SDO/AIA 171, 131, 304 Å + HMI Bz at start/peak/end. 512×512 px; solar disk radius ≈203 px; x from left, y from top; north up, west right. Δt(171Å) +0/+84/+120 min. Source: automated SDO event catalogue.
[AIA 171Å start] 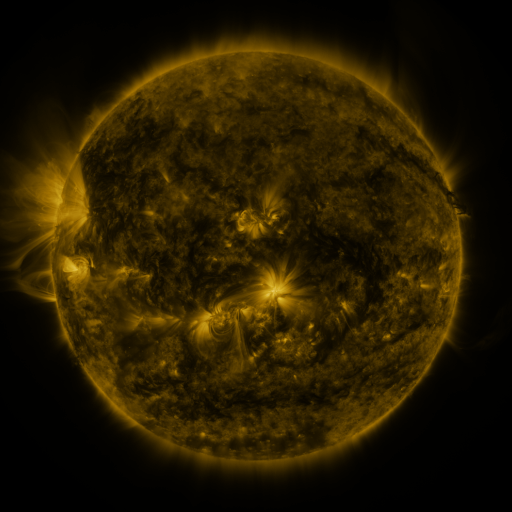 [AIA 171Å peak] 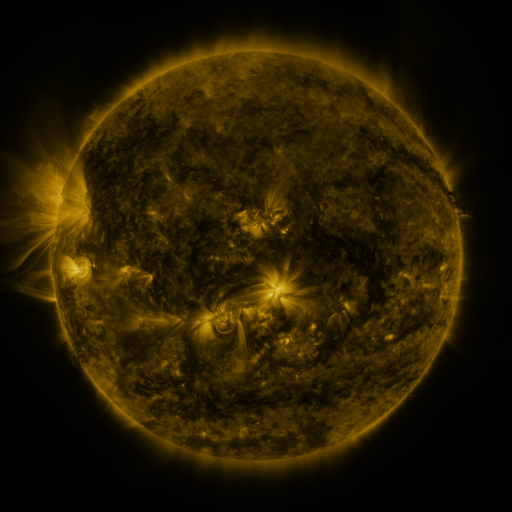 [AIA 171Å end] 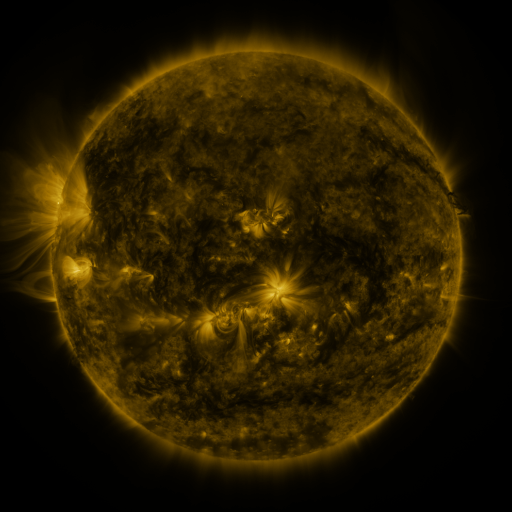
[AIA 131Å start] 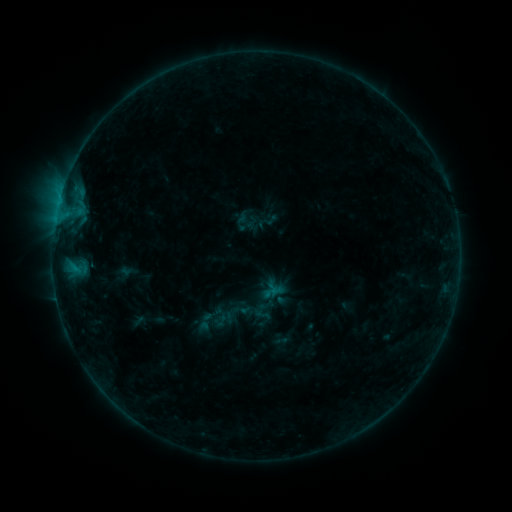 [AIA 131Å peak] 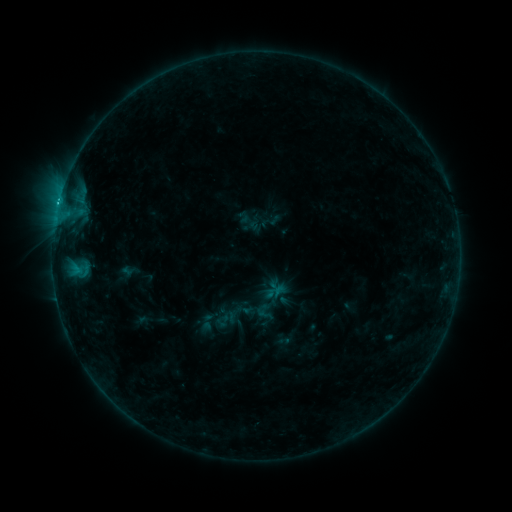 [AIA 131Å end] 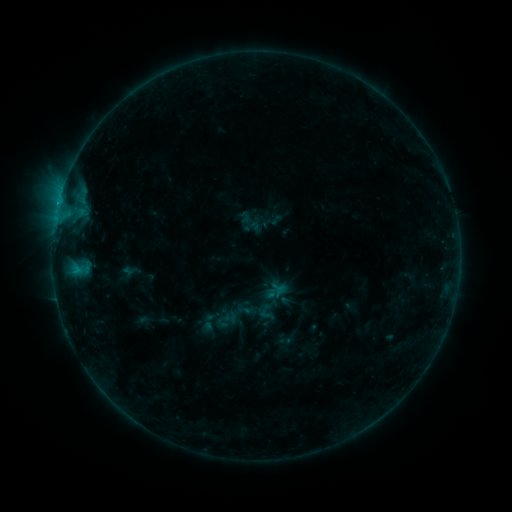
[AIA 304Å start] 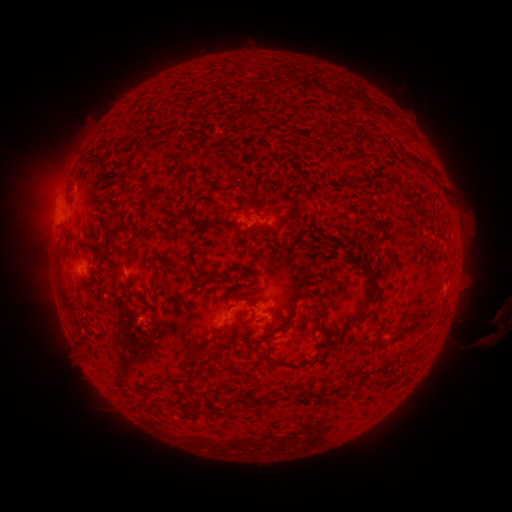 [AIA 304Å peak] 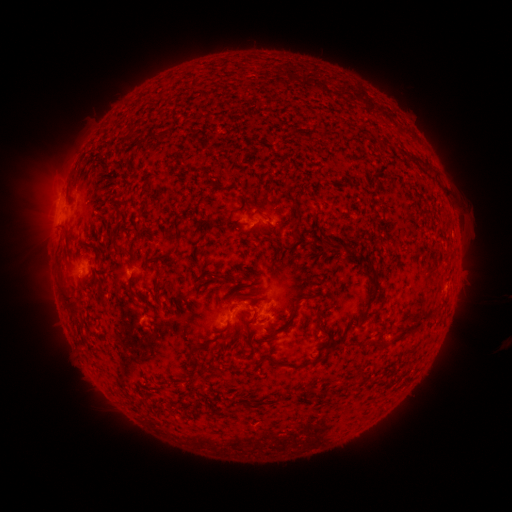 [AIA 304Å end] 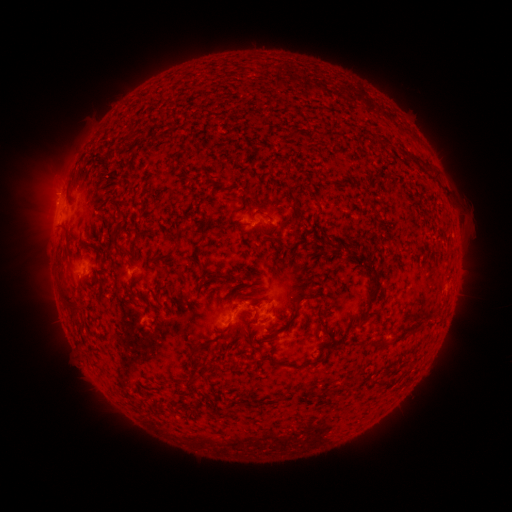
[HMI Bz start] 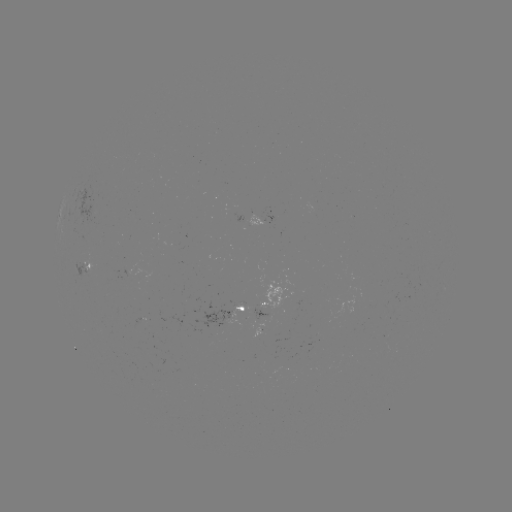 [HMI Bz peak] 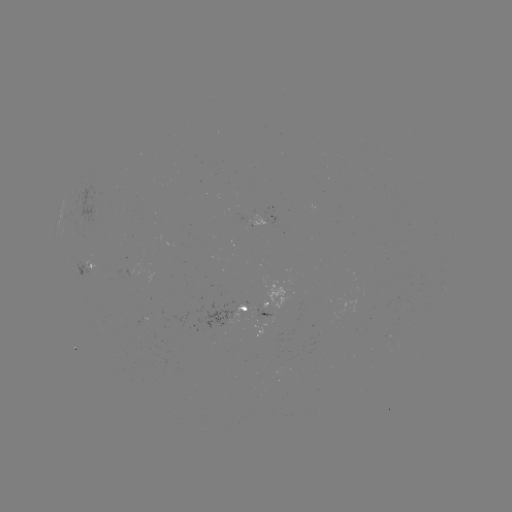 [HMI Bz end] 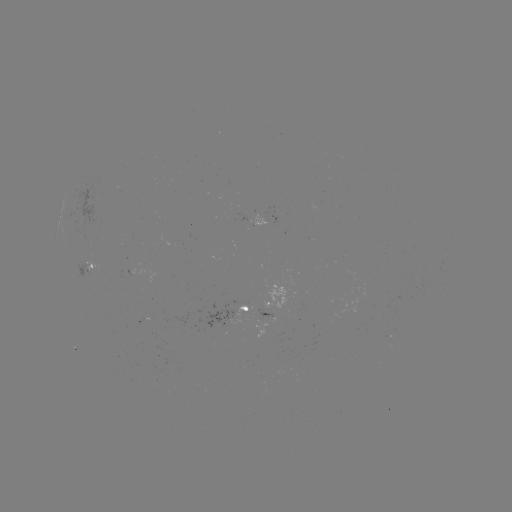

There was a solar emerging-flux region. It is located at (287, 362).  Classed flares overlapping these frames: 2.